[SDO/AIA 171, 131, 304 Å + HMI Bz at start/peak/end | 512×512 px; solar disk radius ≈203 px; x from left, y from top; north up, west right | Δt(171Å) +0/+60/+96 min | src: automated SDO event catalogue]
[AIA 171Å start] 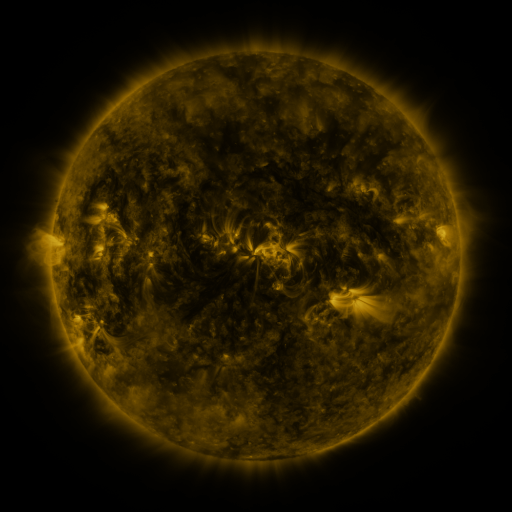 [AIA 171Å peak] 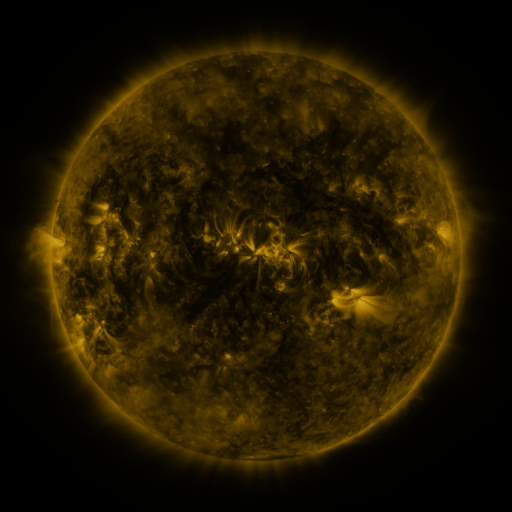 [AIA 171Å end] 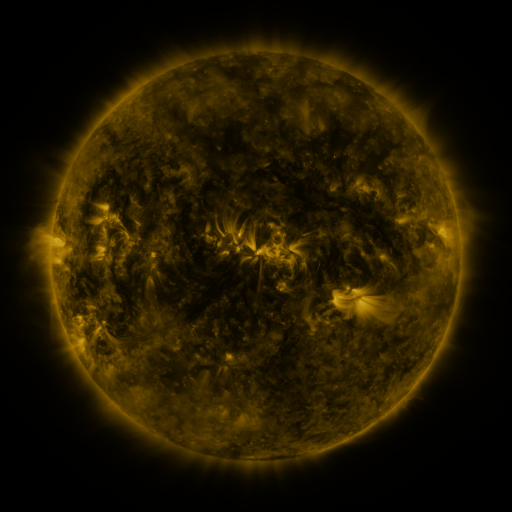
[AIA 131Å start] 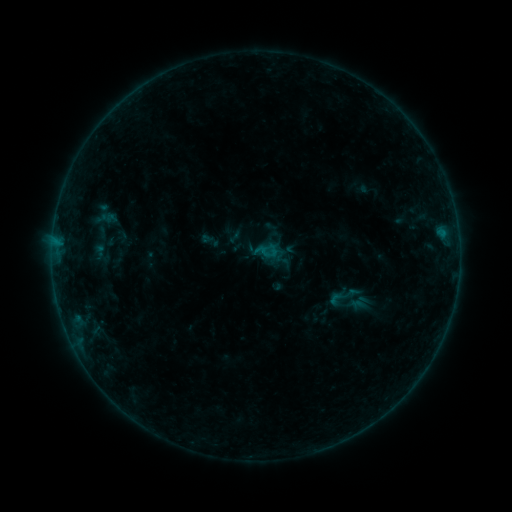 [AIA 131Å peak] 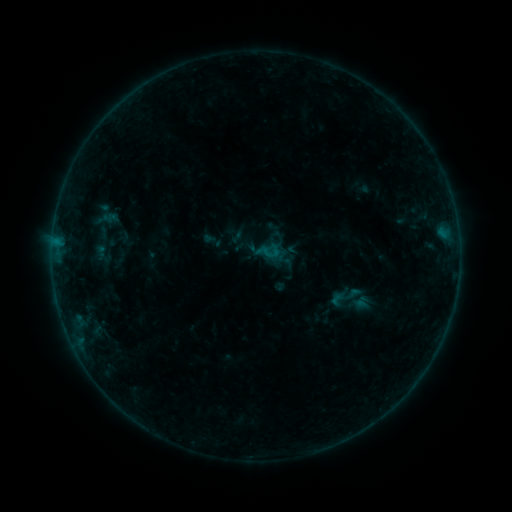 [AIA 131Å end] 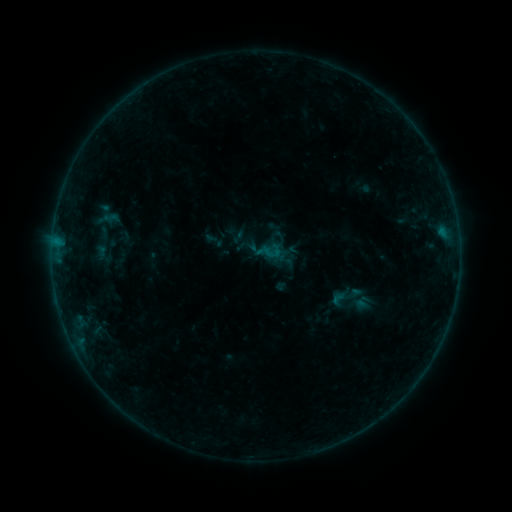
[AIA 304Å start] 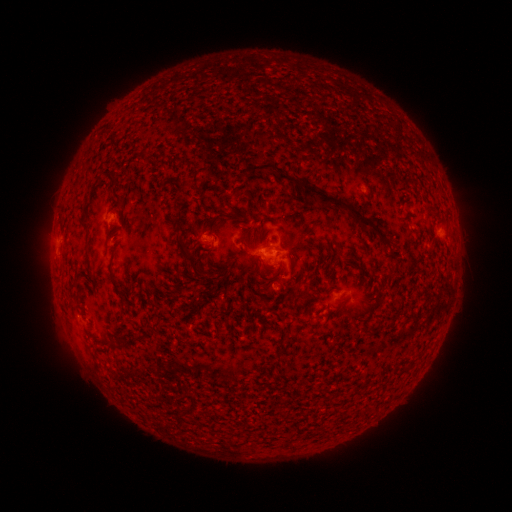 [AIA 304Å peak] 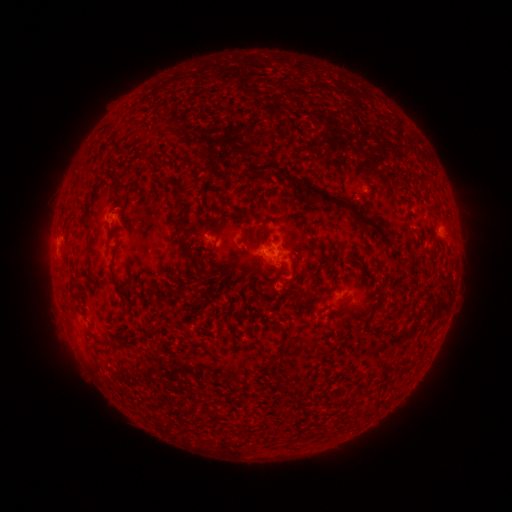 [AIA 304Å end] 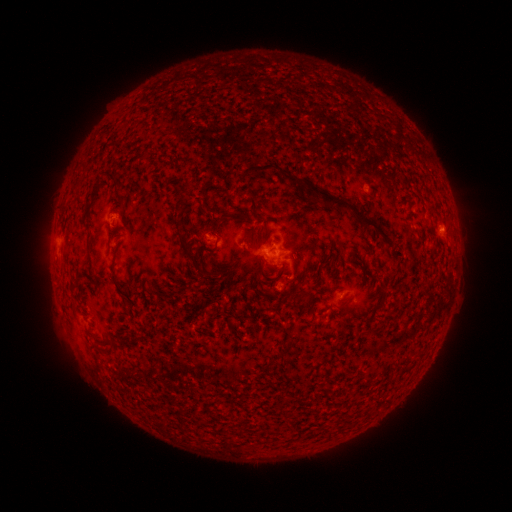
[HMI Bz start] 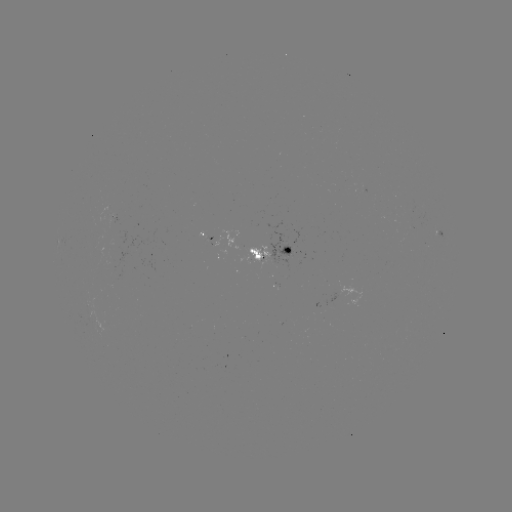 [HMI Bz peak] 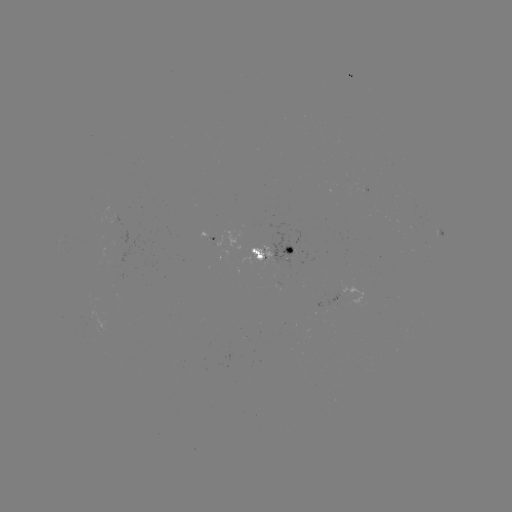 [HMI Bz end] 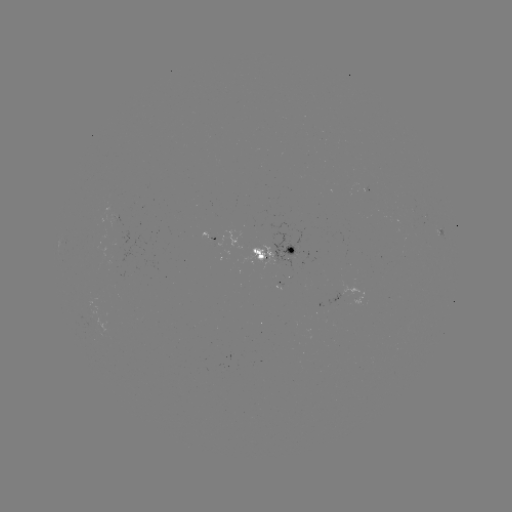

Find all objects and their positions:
emerging-flux region: (113, 264)
